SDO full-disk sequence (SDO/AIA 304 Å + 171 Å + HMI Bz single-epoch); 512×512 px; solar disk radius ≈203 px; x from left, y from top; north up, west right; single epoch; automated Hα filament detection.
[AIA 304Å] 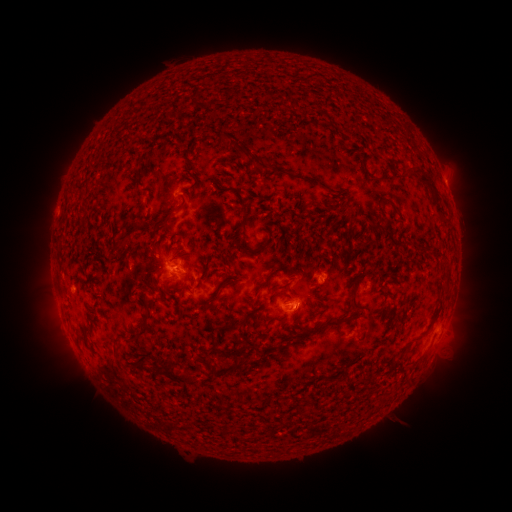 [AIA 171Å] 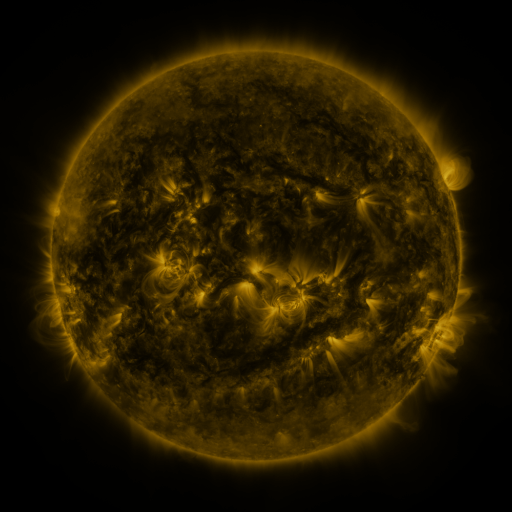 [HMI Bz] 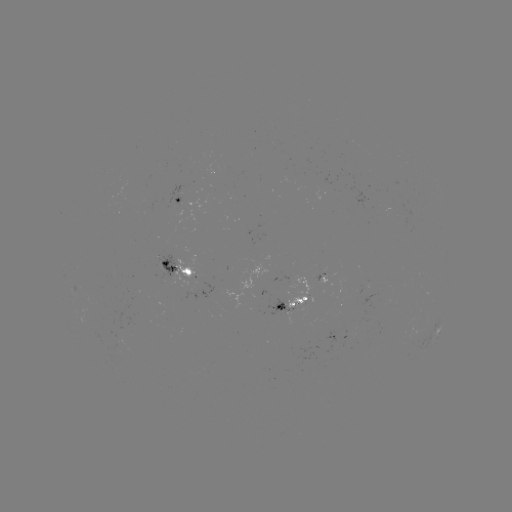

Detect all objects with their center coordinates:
filament: [217, 132, 250, 159]
filament: [183, 159, 191, 169]
filament: [253, 159, 272, 171]
filament: [406, 164, 443, 211]
filament: [192, 170, 201, 181]
filament: [385, 196, 399, 212]
filament: [157, 209, 176, 231]
filament: [238, 213, 247, 226]
filament: [244, 235, 274, 254]
filament: [119, 236, 130, 247]
filament: [148, 247, 158, 258]
filament: [218, 259, 228, 271]
filament: [236, 271, 244, 282]
filament: [442, 272, 451, 283]
filament: [196, 278, 203, 289]
filament: [217, 278, 269, 333]
filament: [351, 278, 363, 308]
filament: [271, 280, 292, 297]
filament: [276, 311, 289, 322]
filament: [121, 312, 154, 345]
filament: [305, 318, 342, 337]
filament: [113, 340, 123, 357]
filament: [265, 344, 277, 351]
filament: [219, 347, 230, 358]
filament: [393, 354, 401, 364]
filament: [153, 361, 163, 372]
filament: [118, 362, 127, 371]
filament: [233, 362, 243, 369]
filament: [165, 366, 200, 387]
filament: [326, 372, 343, 382]
